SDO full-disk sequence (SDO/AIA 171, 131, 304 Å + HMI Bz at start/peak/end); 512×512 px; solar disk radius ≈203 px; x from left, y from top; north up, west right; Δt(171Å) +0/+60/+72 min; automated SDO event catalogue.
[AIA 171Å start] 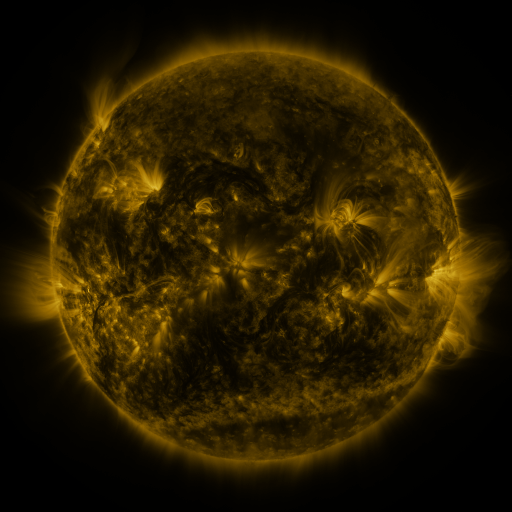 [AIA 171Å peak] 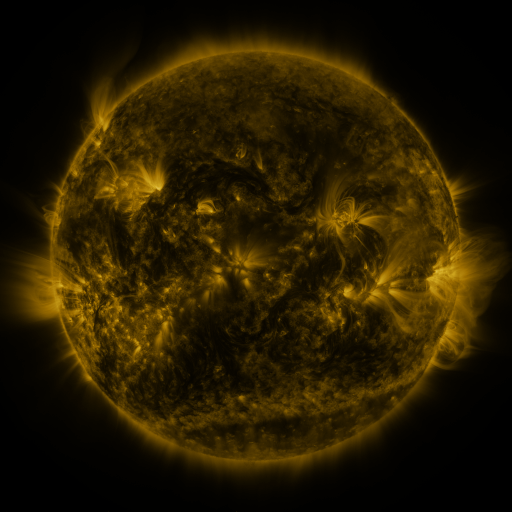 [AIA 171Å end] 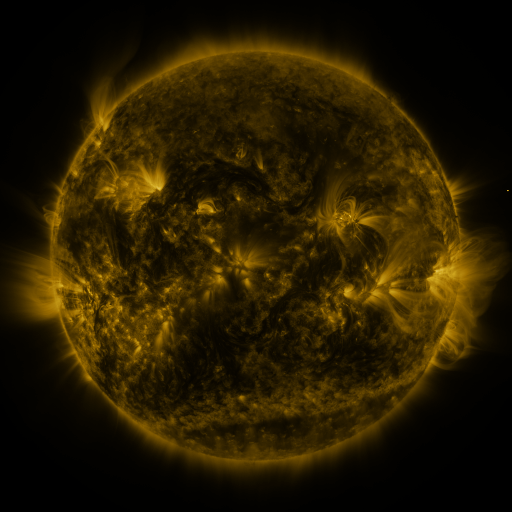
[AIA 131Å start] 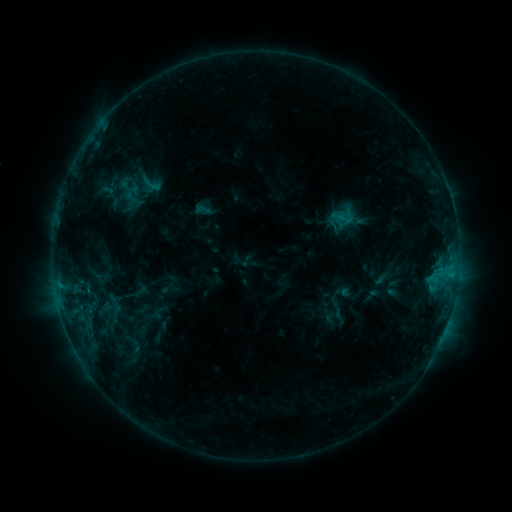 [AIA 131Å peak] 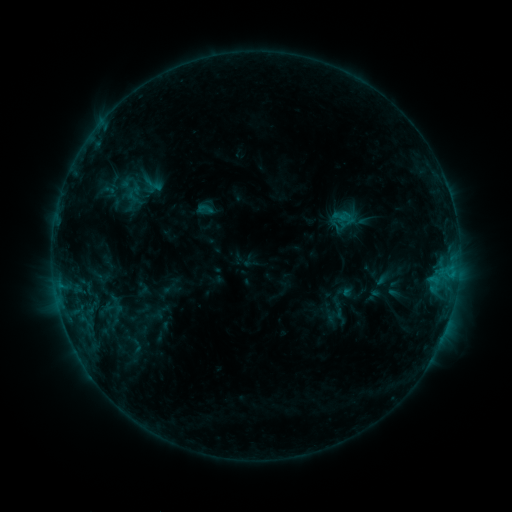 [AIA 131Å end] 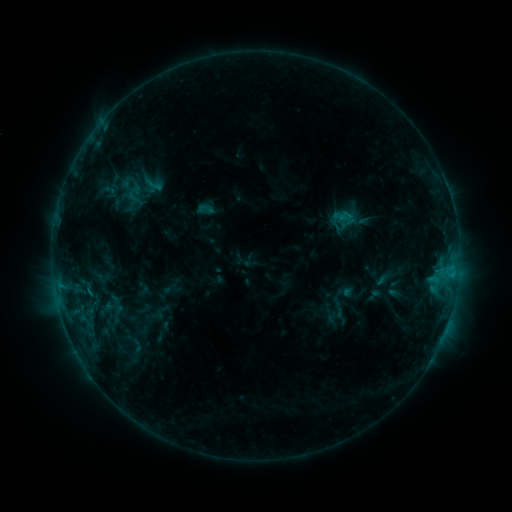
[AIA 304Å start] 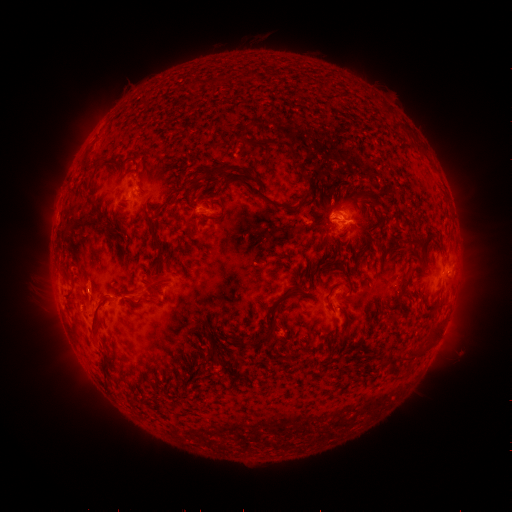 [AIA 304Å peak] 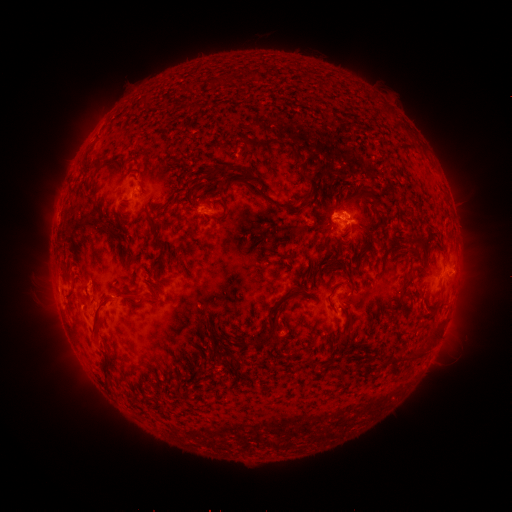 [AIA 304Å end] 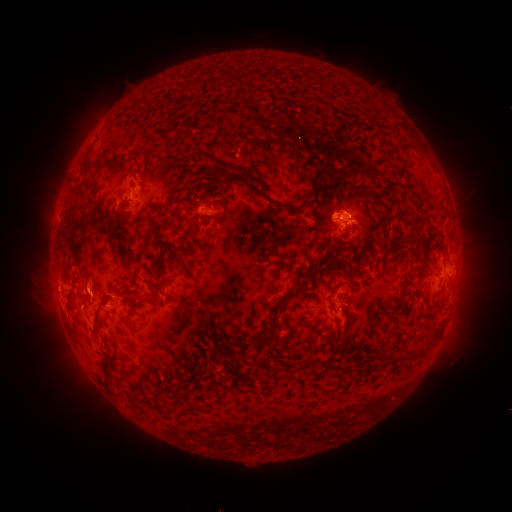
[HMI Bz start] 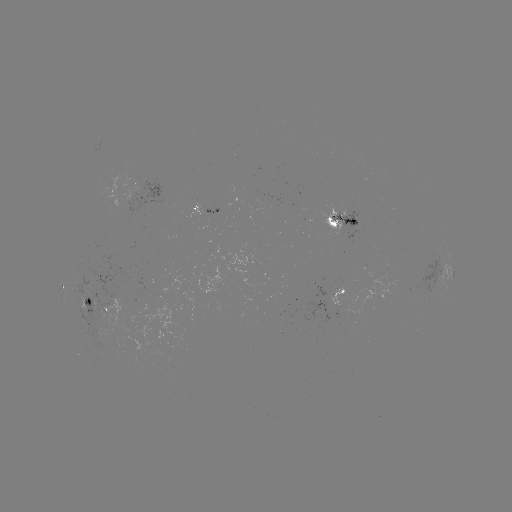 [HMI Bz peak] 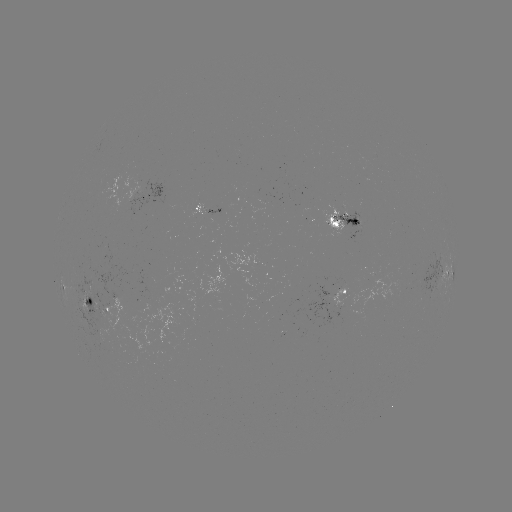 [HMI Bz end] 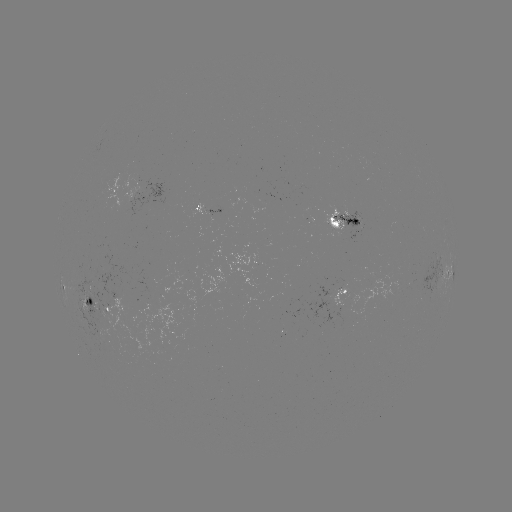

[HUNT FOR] emerging-flux region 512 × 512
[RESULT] [349, 218]